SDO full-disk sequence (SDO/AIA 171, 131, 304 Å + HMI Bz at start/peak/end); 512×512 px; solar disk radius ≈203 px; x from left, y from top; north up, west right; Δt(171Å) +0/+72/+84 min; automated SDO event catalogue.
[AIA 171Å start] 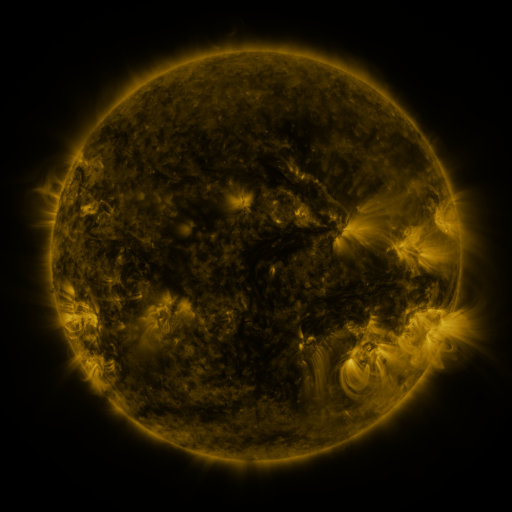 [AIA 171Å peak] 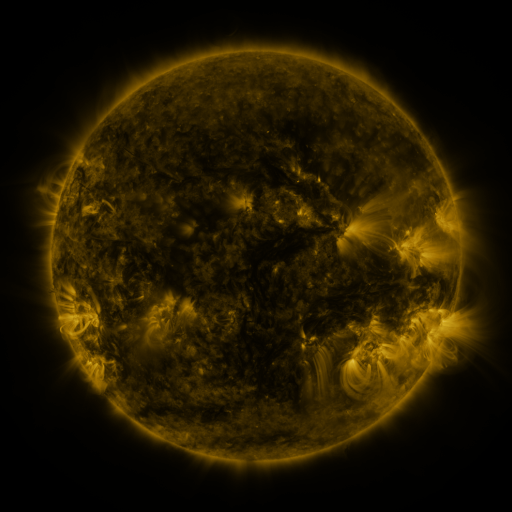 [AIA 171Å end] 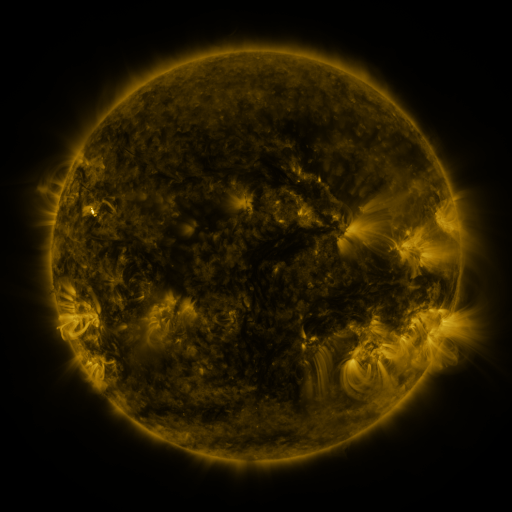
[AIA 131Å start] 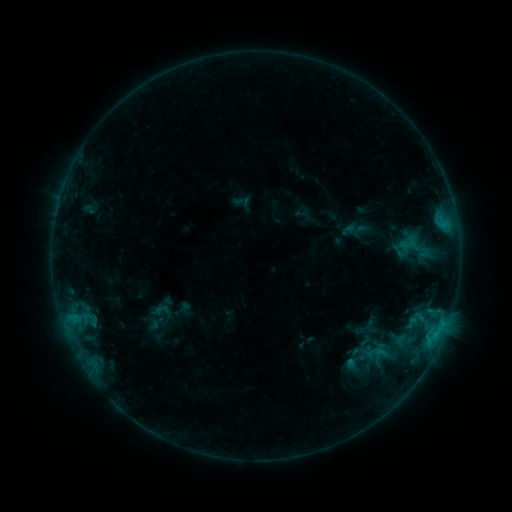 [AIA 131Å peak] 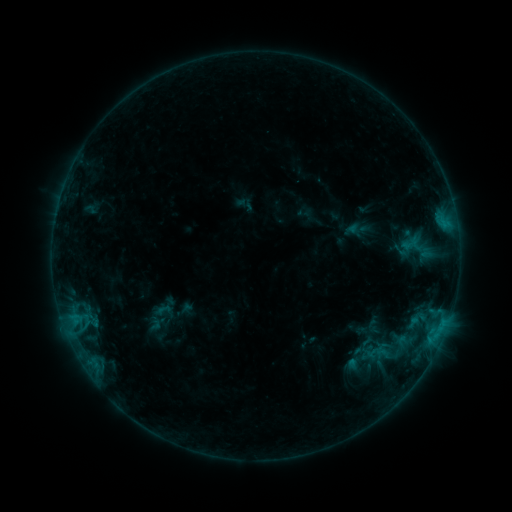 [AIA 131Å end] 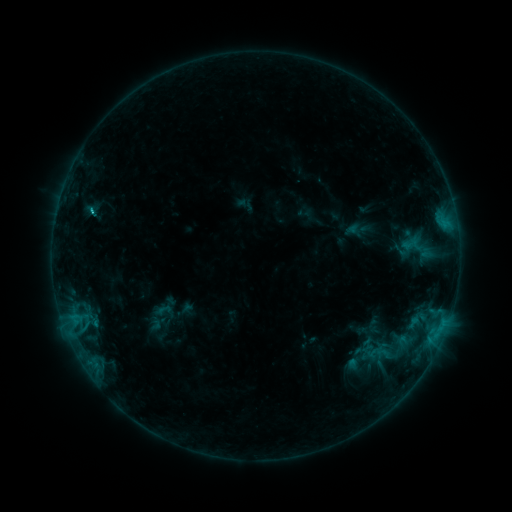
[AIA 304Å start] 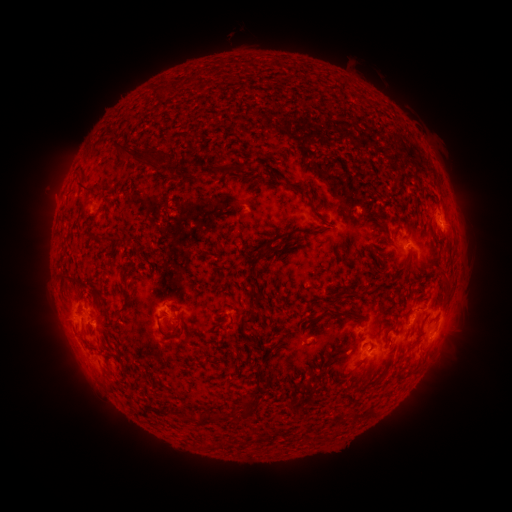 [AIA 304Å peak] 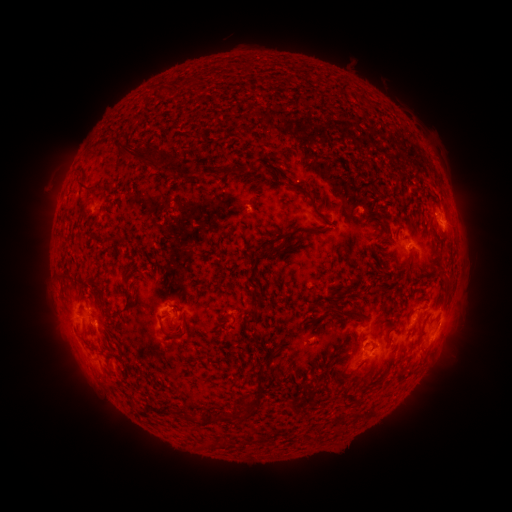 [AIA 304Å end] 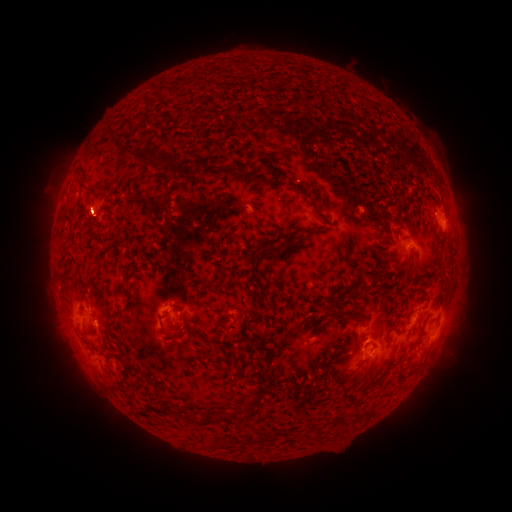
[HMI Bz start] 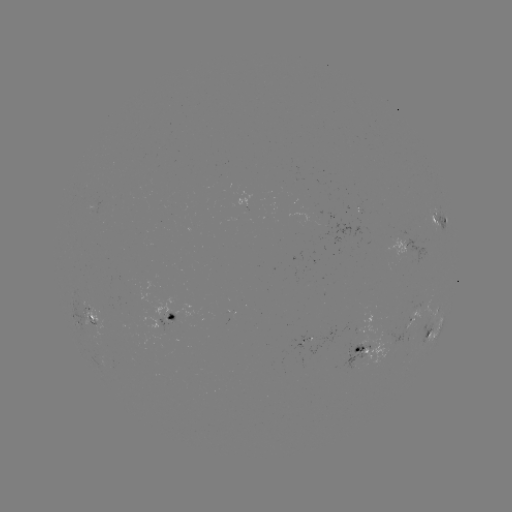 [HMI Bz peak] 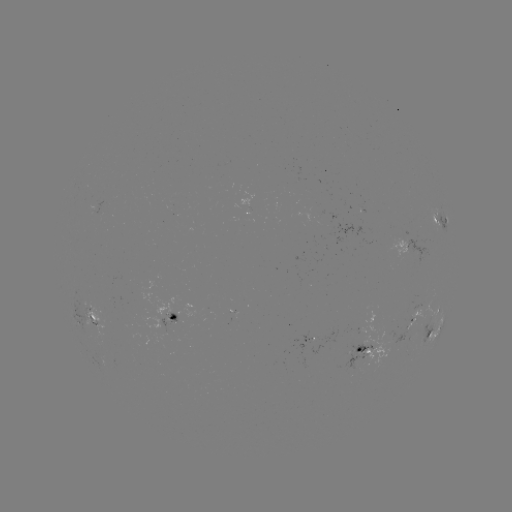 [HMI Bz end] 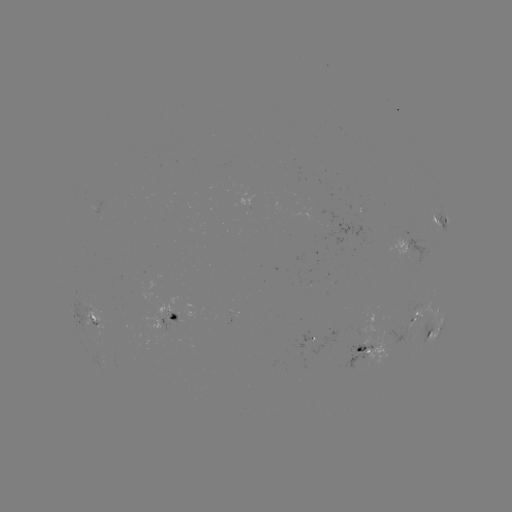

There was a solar emerging-flux region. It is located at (401, 240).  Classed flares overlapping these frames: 1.